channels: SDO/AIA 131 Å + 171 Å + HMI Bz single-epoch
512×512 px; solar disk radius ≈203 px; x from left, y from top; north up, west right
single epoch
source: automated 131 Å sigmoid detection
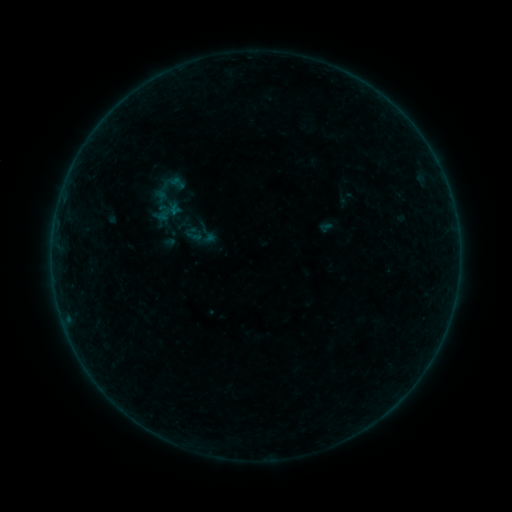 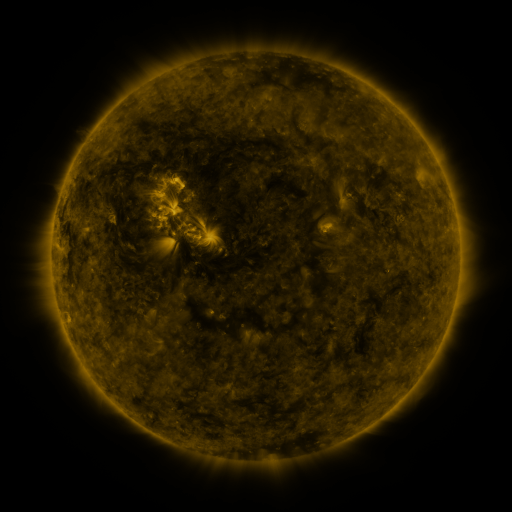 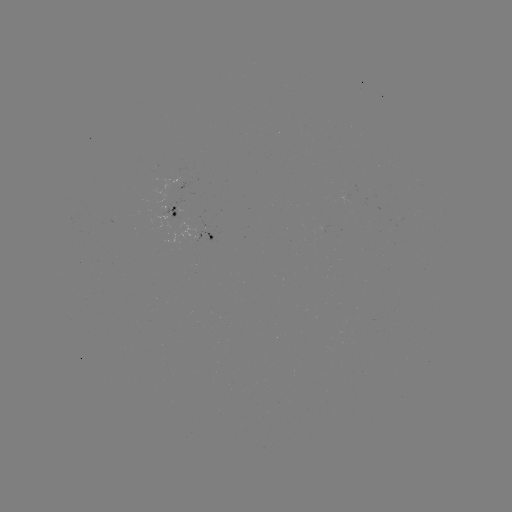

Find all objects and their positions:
sigmoid: (177, 183)
sigmoid: (193, 236)
